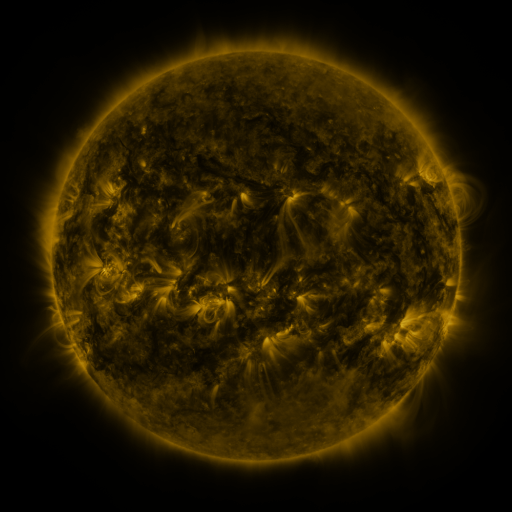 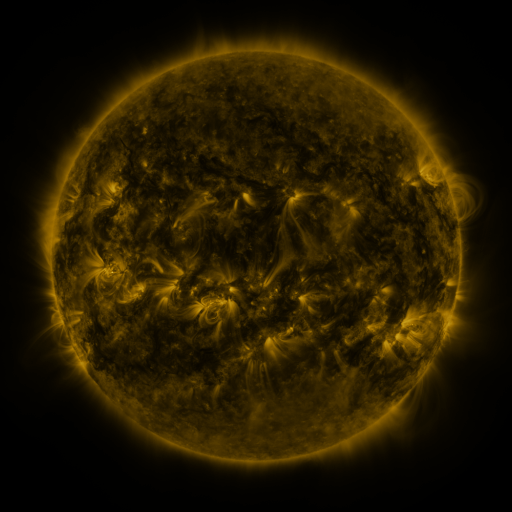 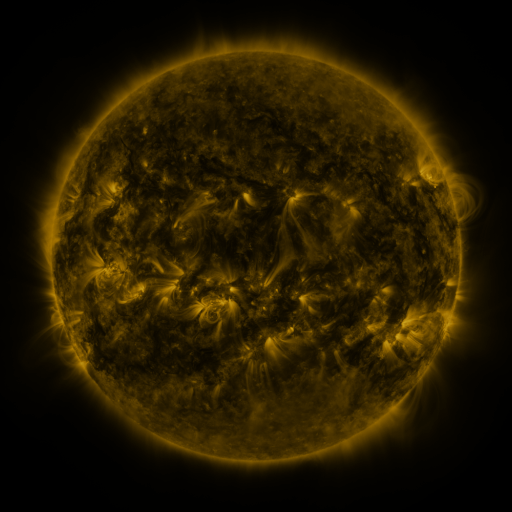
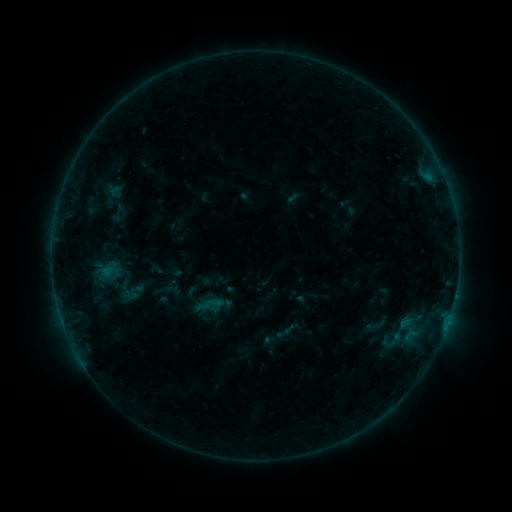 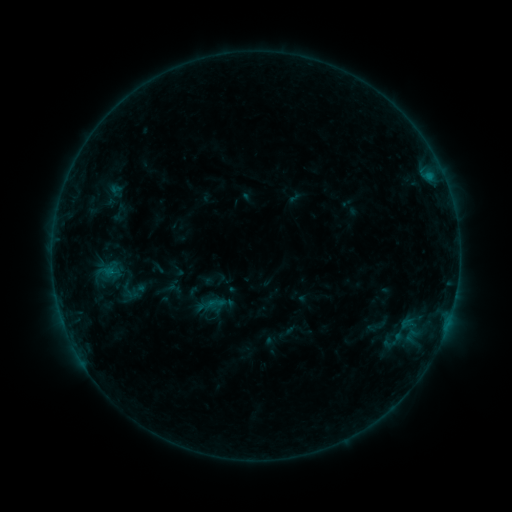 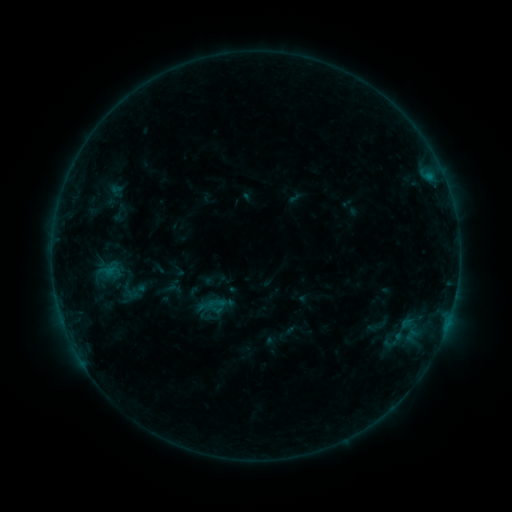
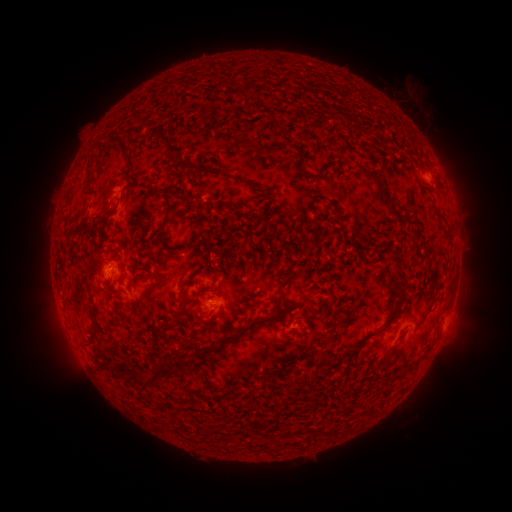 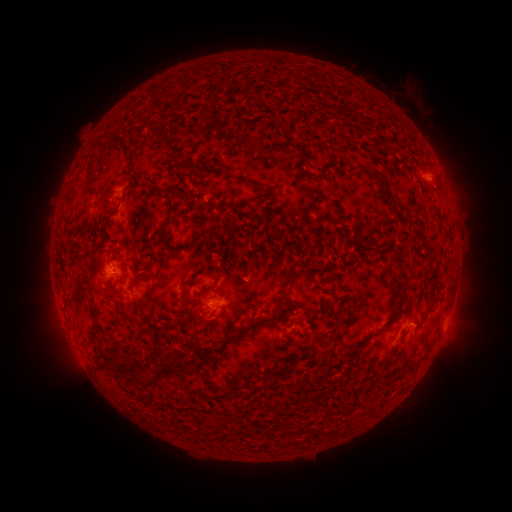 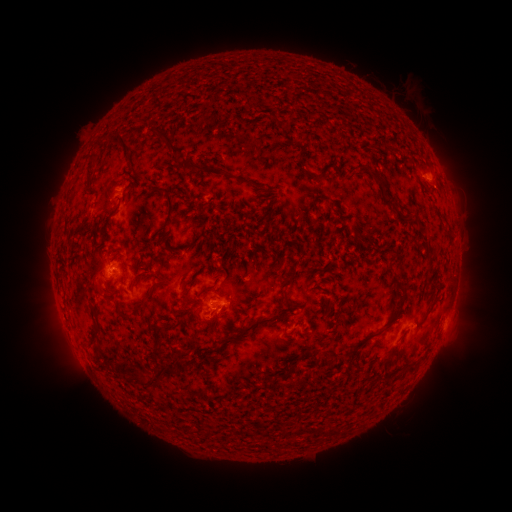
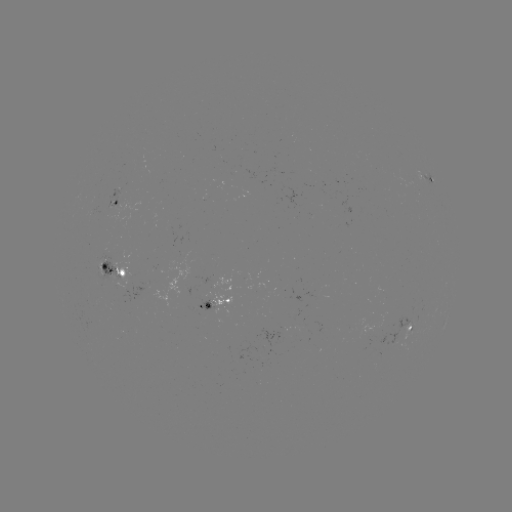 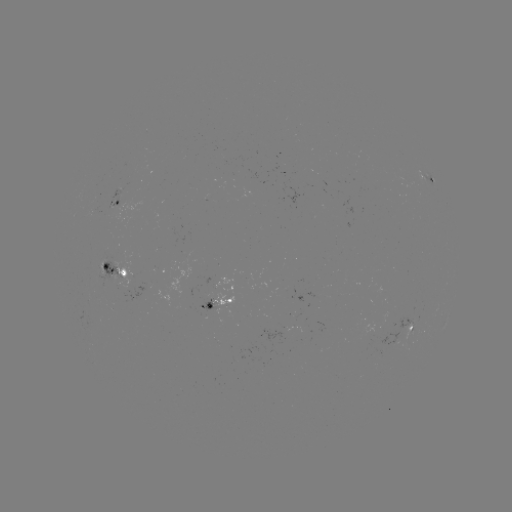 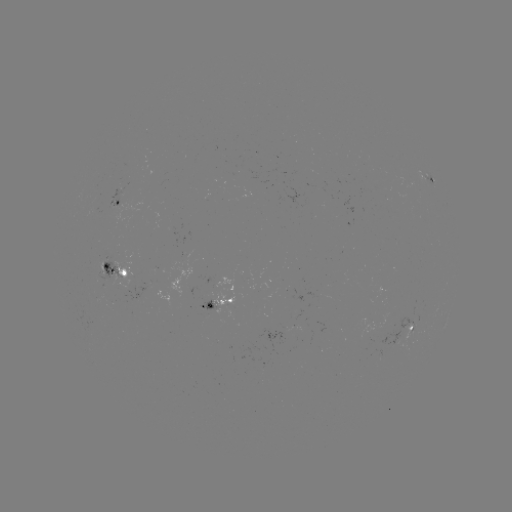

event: emerging-flux region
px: (124, 189)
